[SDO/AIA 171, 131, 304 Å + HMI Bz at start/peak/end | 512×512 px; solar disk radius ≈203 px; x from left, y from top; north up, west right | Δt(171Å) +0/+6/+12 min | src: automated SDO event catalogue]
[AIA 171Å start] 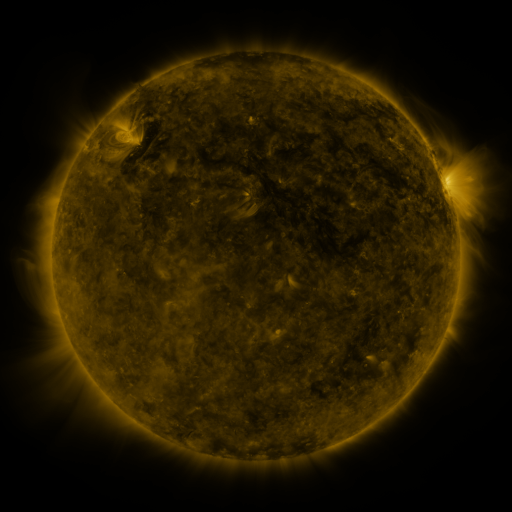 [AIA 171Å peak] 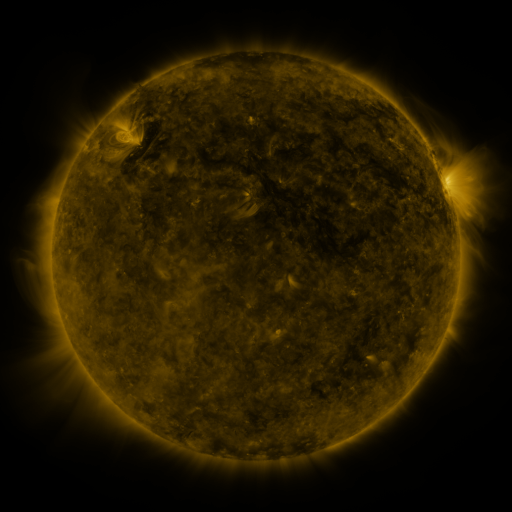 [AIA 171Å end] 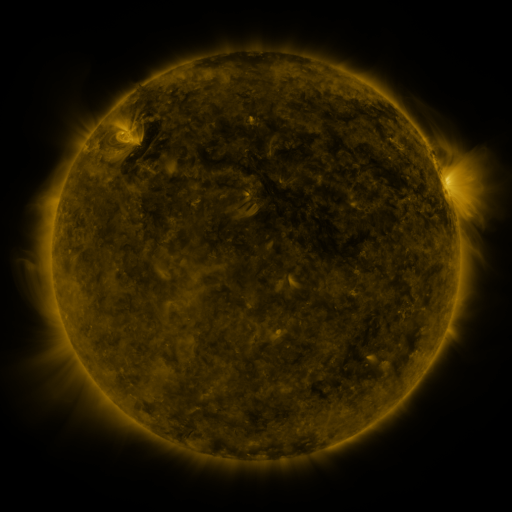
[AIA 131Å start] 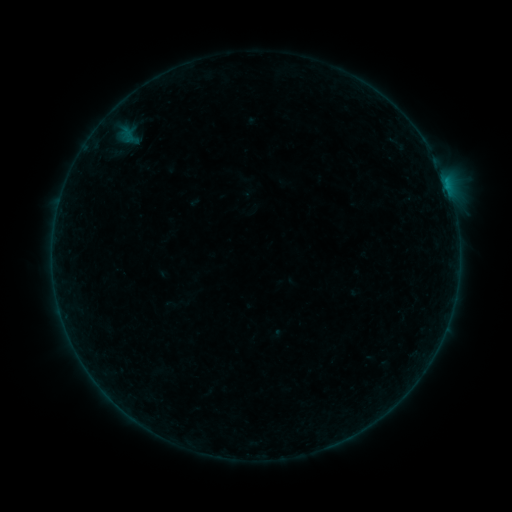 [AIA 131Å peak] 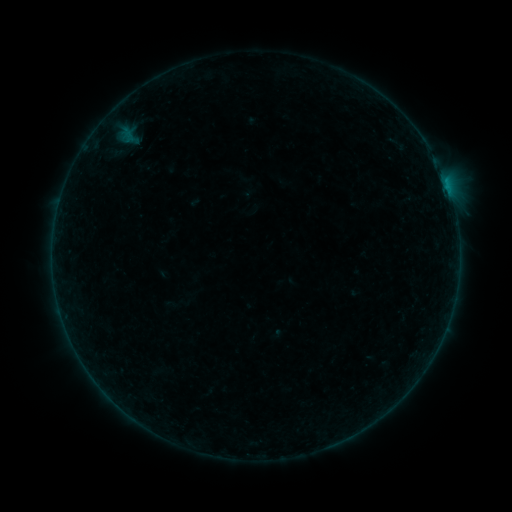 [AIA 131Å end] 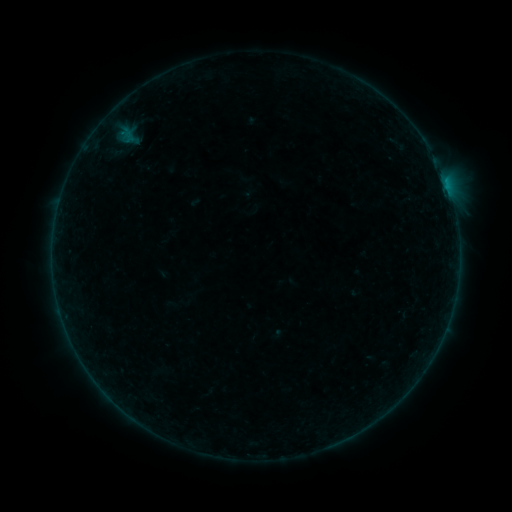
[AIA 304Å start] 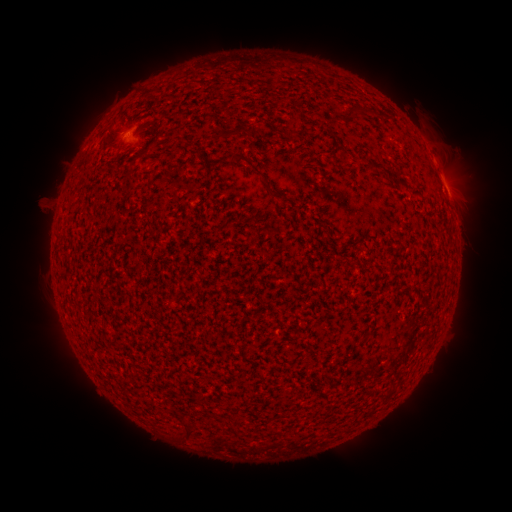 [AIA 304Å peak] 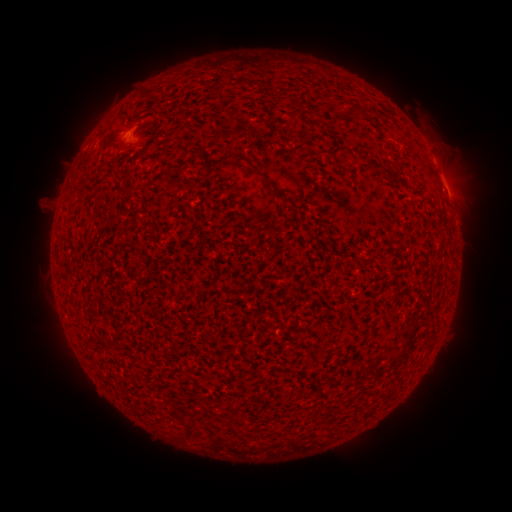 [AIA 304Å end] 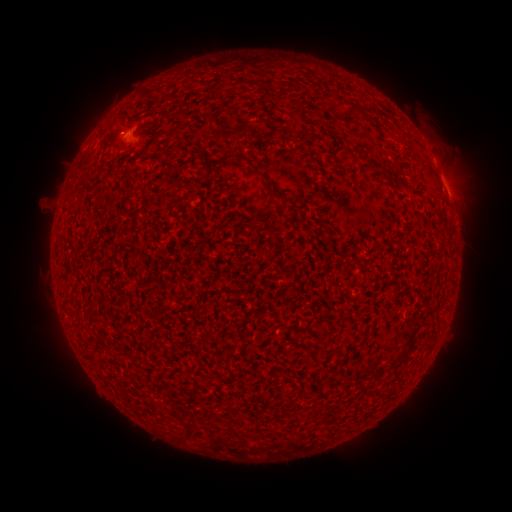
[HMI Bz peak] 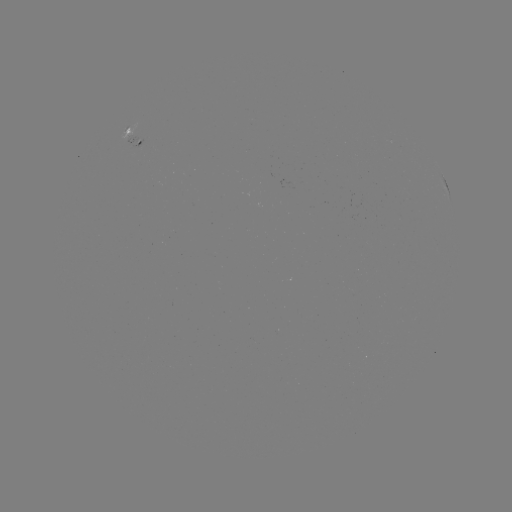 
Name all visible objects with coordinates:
B1.4 flare: (126, 138)
